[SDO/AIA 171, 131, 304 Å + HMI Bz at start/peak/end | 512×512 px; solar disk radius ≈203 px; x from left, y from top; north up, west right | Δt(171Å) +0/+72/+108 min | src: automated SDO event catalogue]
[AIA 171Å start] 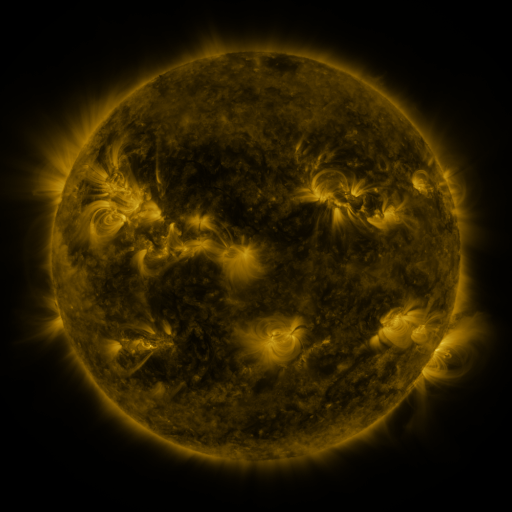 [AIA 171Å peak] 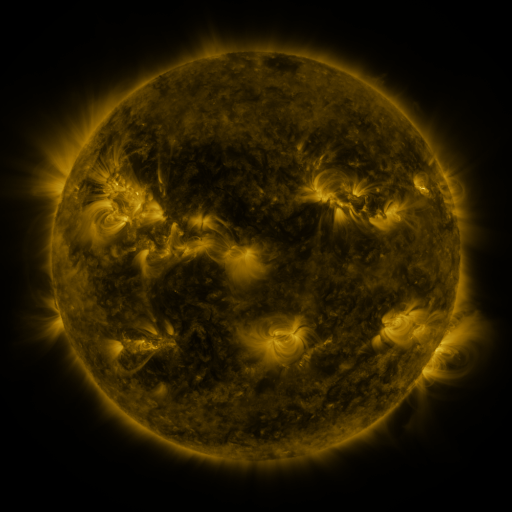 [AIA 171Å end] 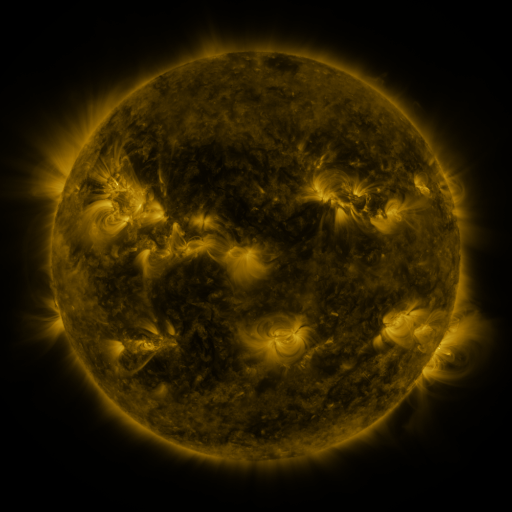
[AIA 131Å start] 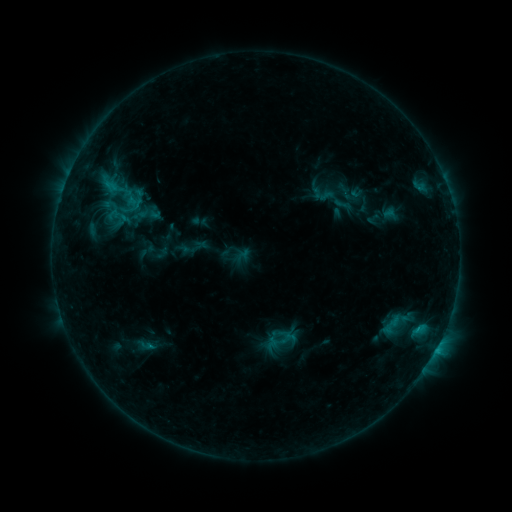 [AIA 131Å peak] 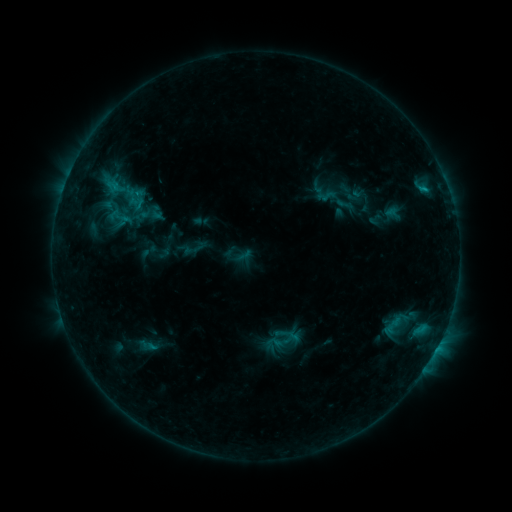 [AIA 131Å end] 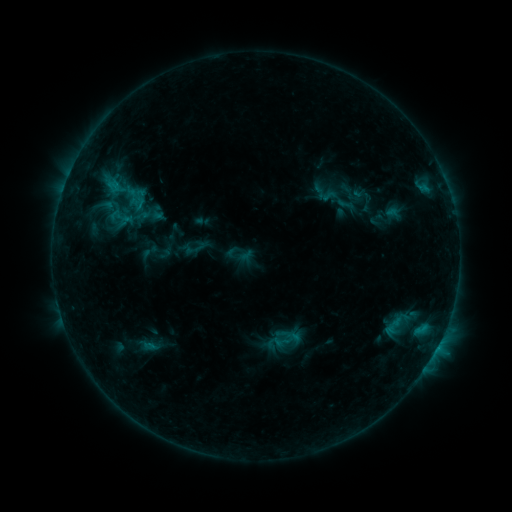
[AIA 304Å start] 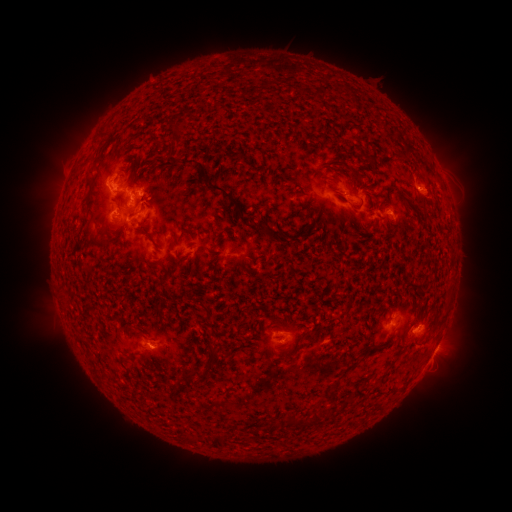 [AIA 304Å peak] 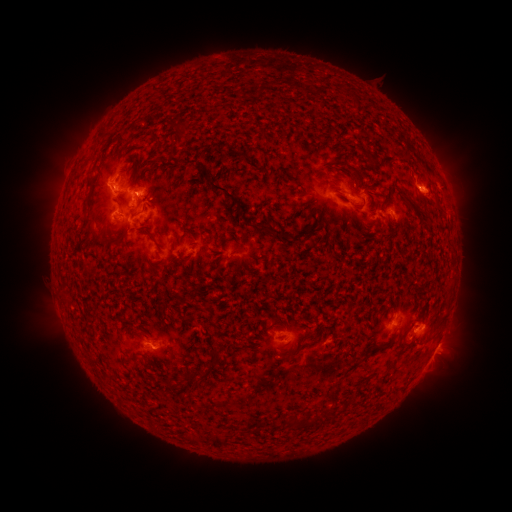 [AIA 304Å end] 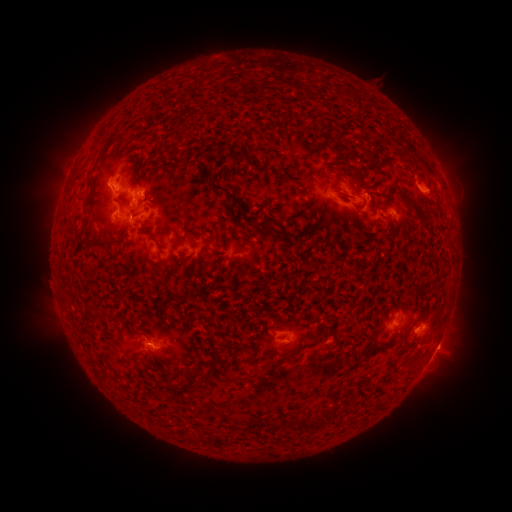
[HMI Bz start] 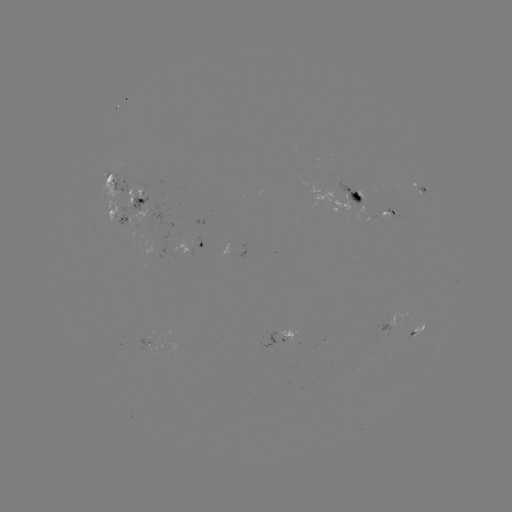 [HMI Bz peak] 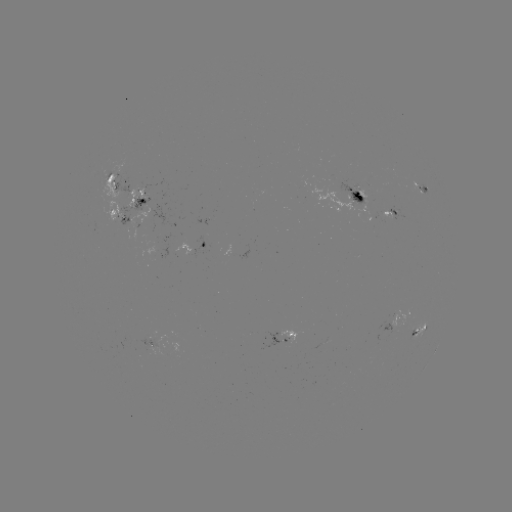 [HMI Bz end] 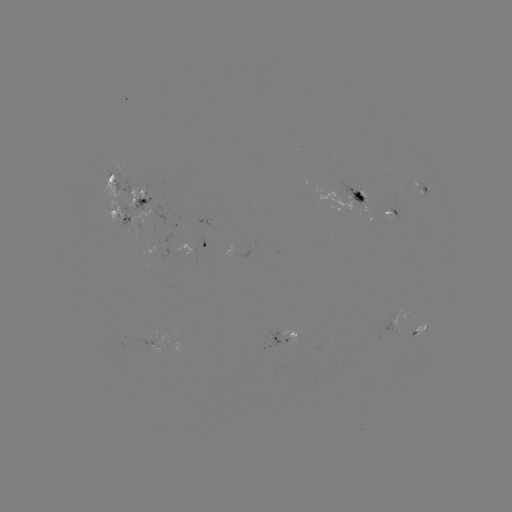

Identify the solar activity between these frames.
emerging-flux region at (235, 259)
